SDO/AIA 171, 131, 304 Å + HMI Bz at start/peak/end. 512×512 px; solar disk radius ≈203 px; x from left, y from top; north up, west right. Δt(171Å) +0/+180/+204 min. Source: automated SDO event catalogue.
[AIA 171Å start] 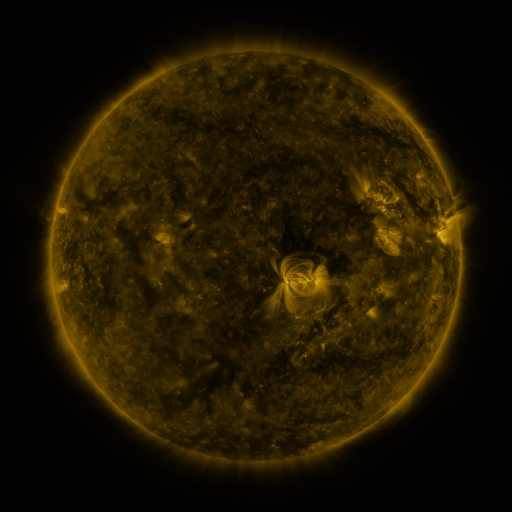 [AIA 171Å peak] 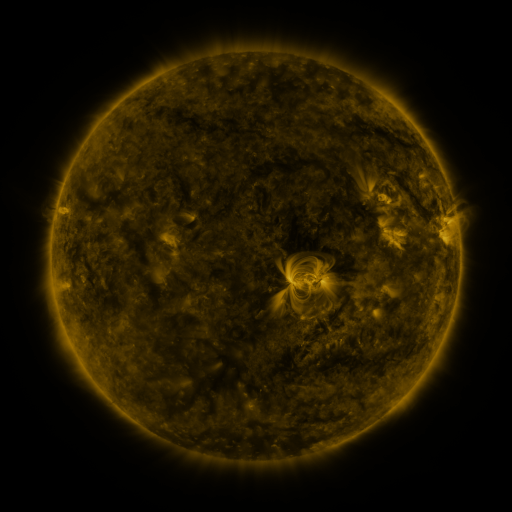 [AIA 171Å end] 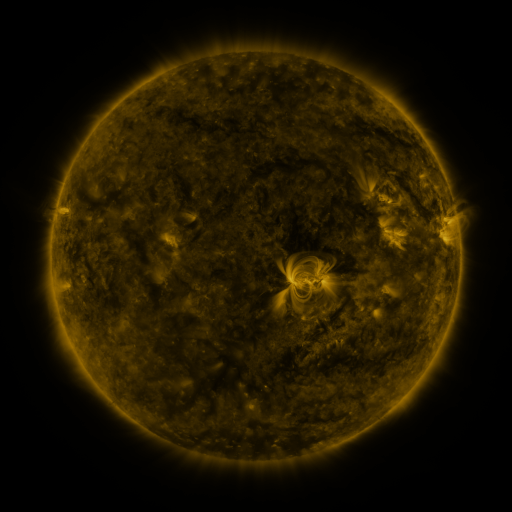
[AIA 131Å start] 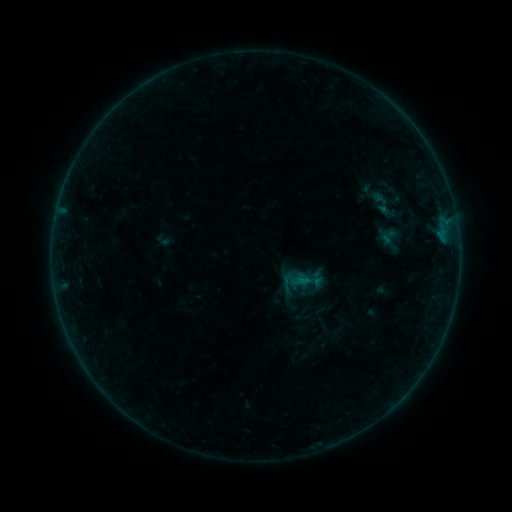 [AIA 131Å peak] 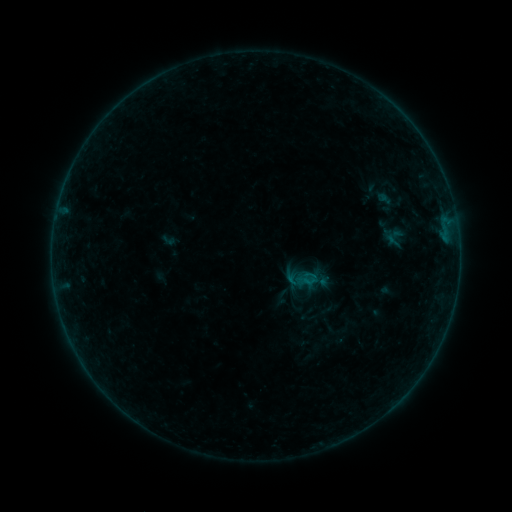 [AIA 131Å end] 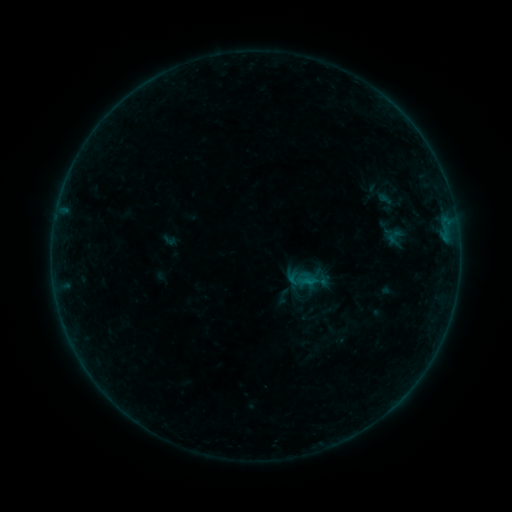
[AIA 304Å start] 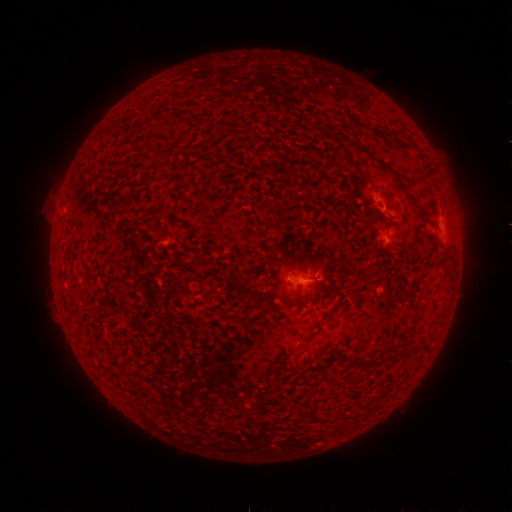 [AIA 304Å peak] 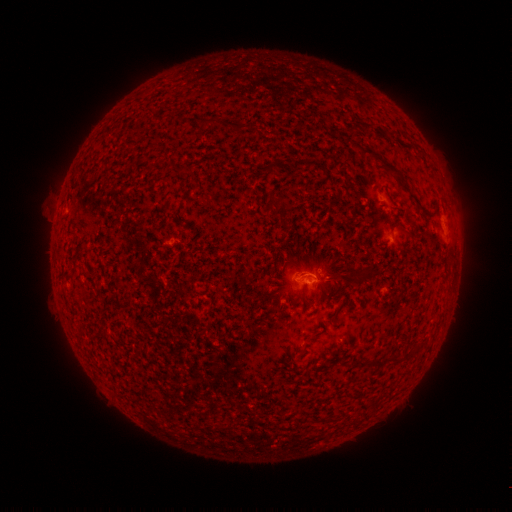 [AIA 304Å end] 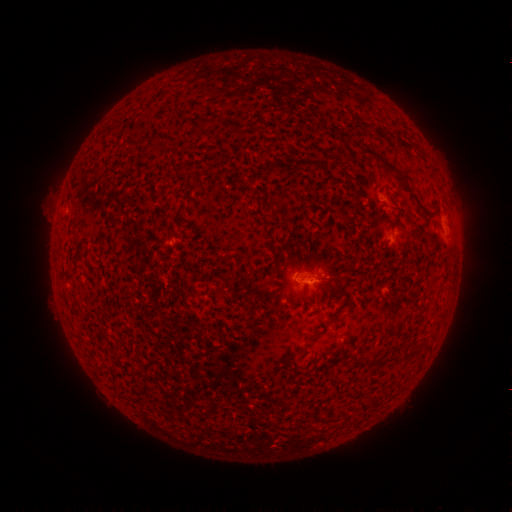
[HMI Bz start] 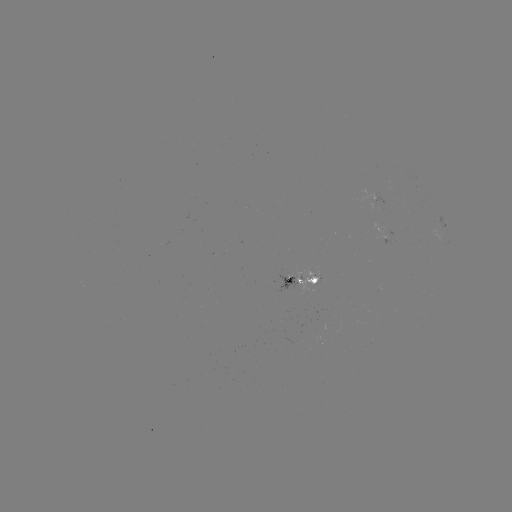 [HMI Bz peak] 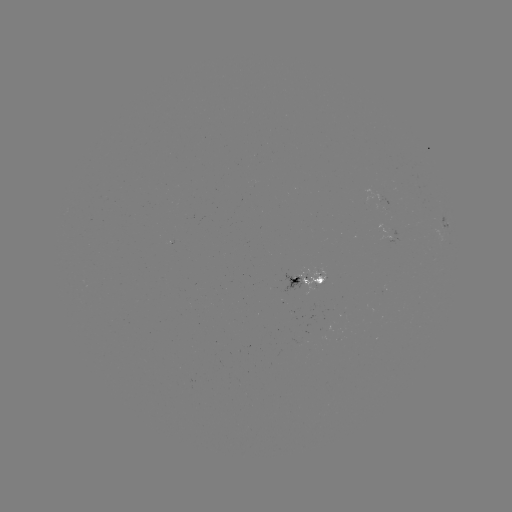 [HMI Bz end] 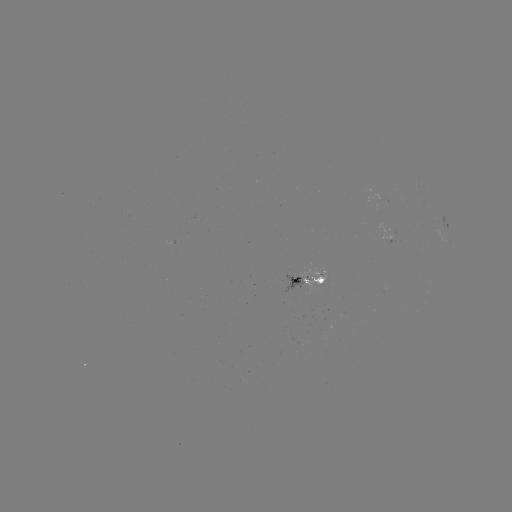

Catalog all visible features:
emerging-flux region: (288, 291)
